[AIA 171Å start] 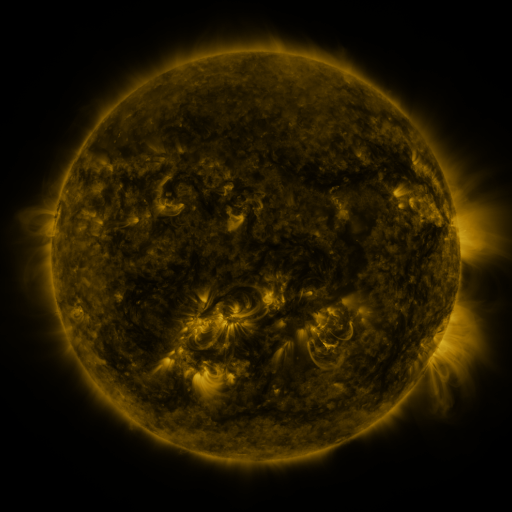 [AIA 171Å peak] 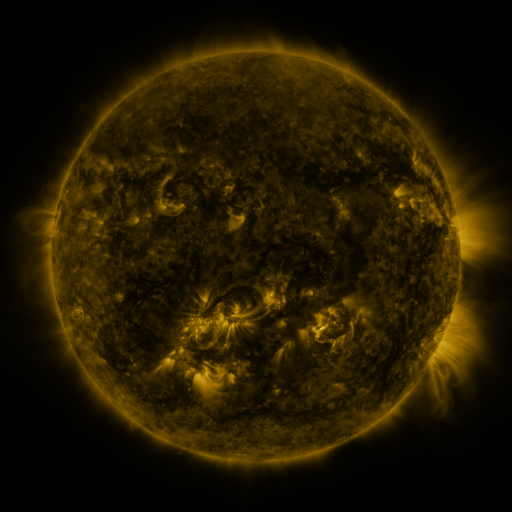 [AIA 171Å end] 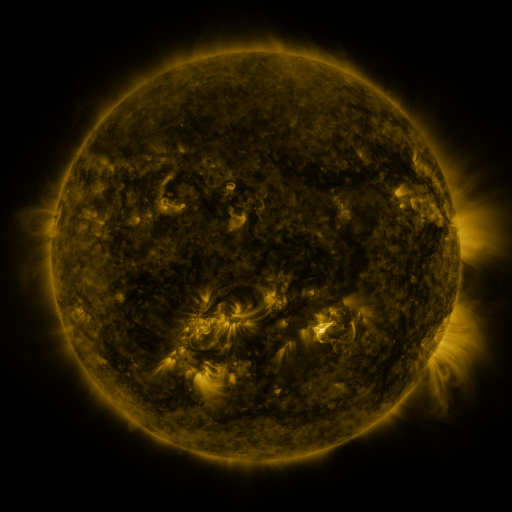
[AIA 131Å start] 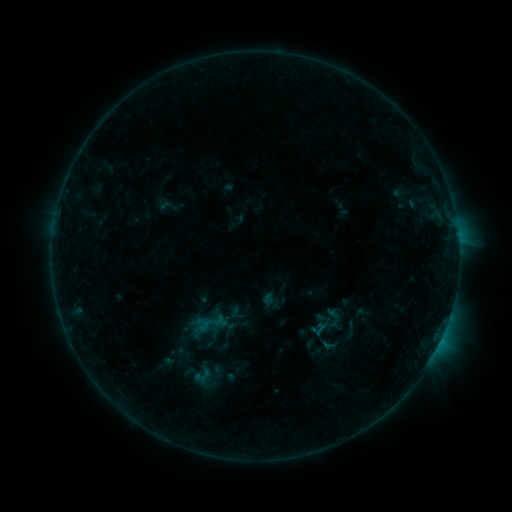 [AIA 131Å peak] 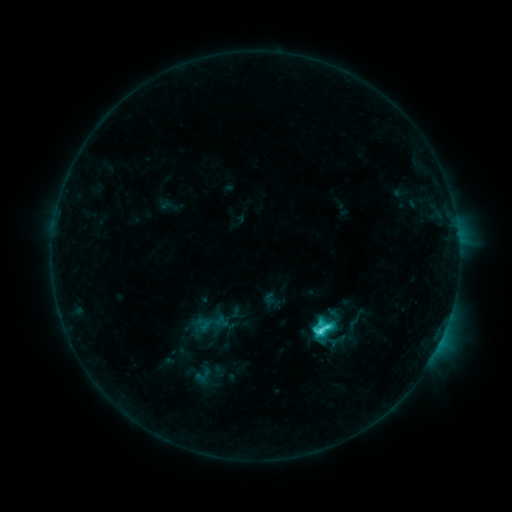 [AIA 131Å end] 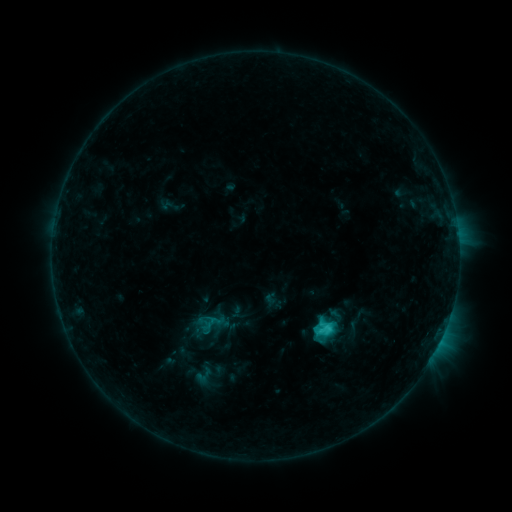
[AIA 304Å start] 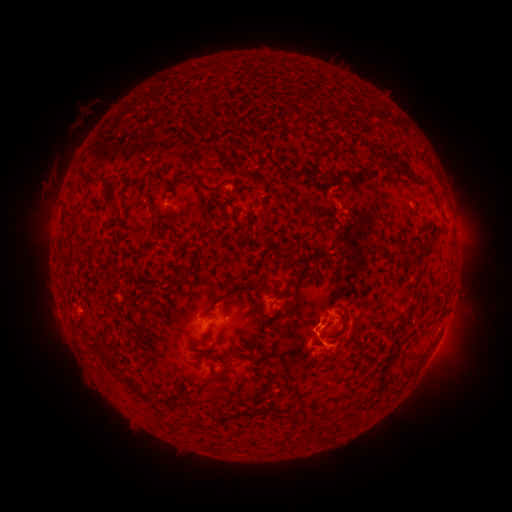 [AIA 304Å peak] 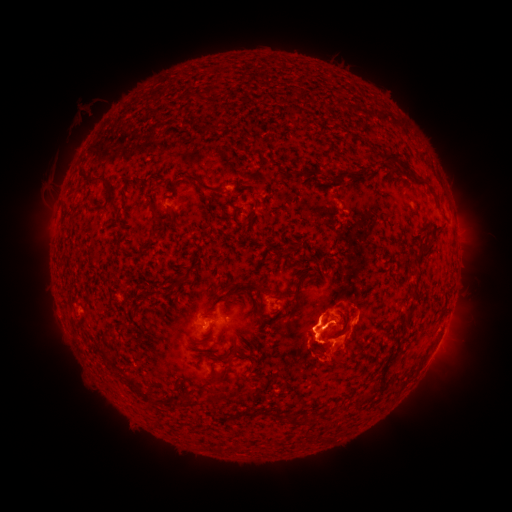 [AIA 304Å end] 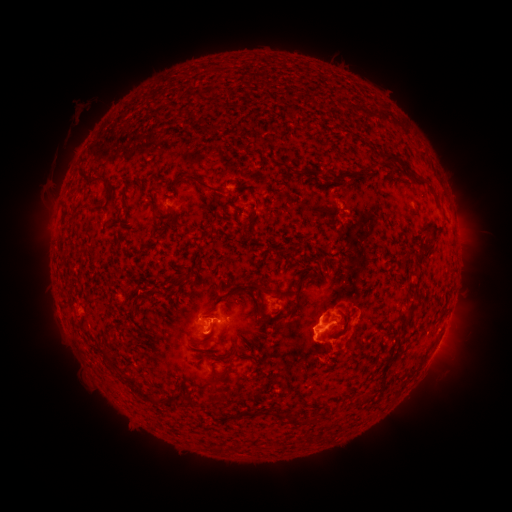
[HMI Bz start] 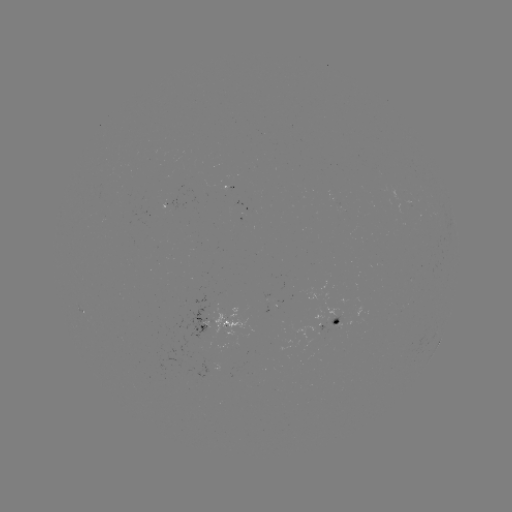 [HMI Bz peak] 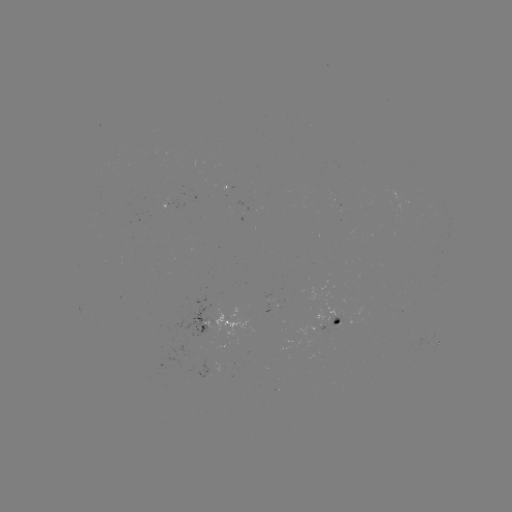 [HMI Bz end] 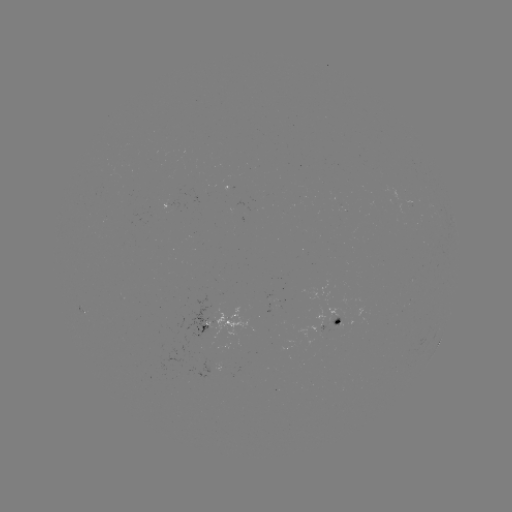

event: flare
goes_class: C4.4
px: (318, 330)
